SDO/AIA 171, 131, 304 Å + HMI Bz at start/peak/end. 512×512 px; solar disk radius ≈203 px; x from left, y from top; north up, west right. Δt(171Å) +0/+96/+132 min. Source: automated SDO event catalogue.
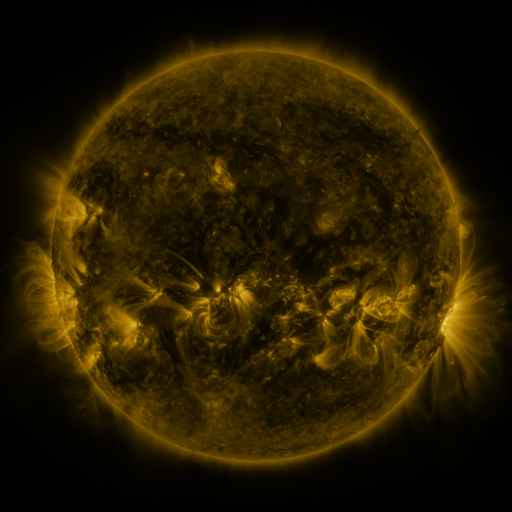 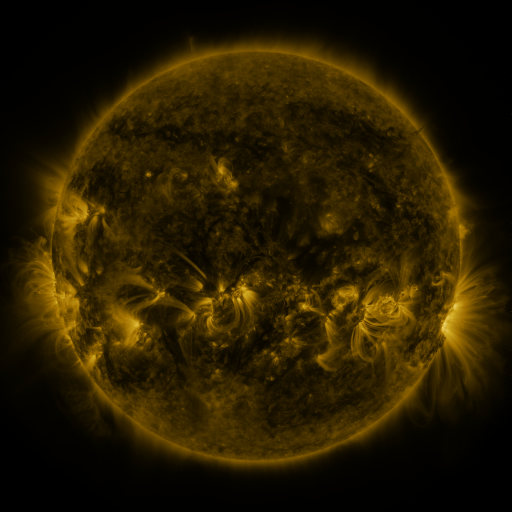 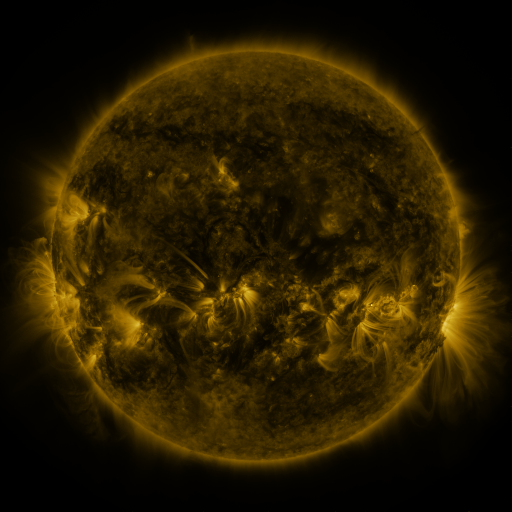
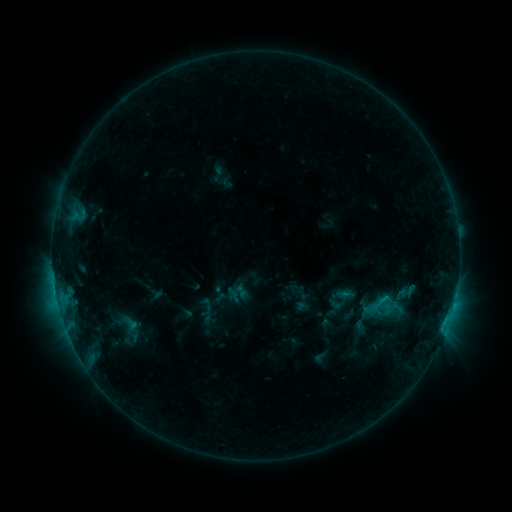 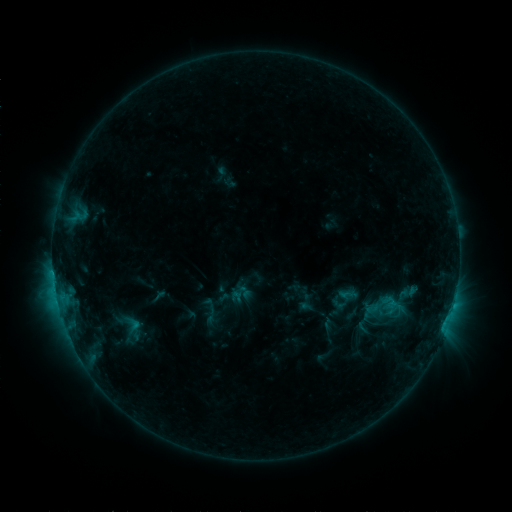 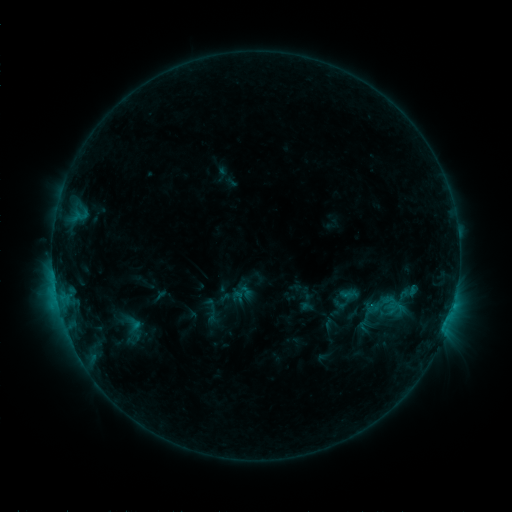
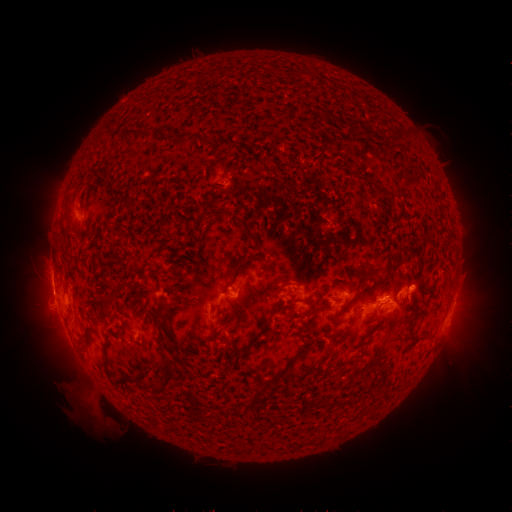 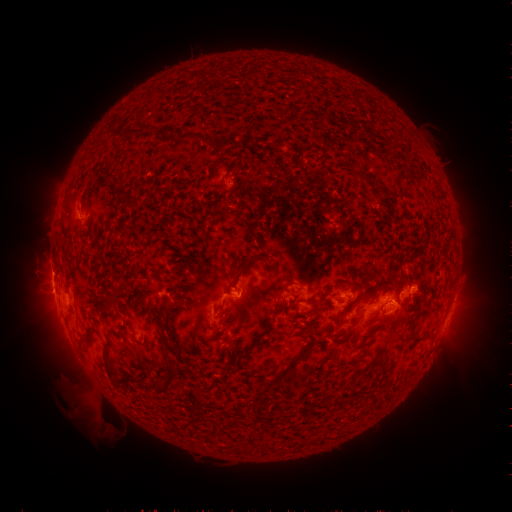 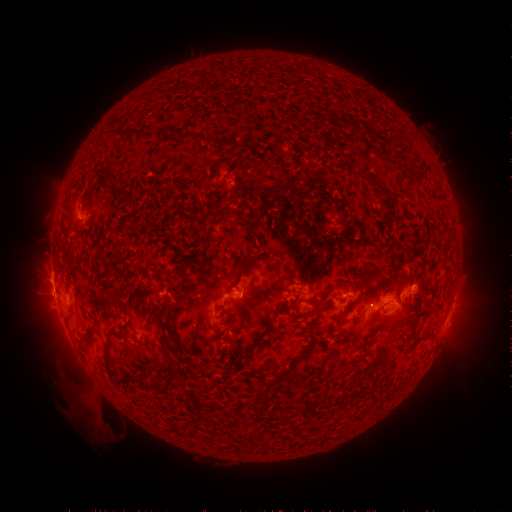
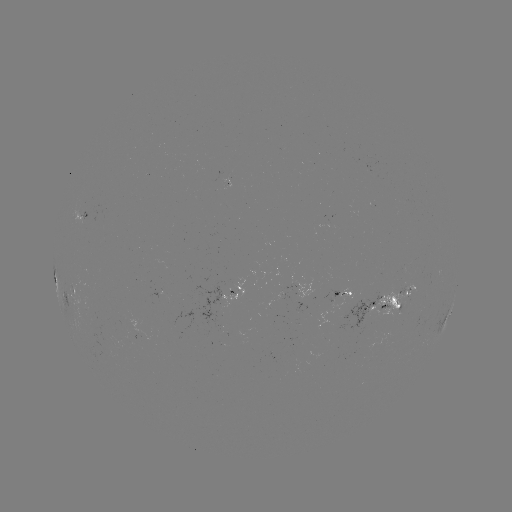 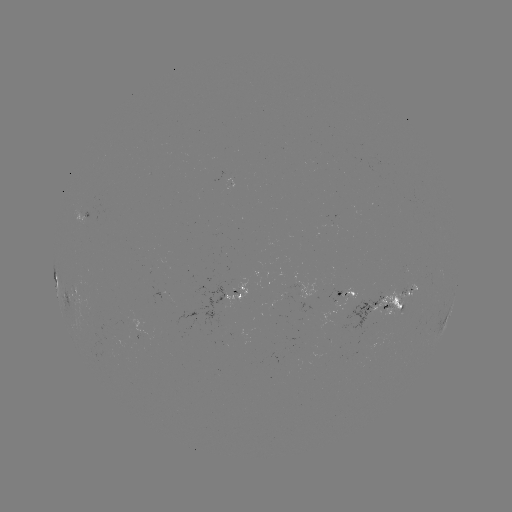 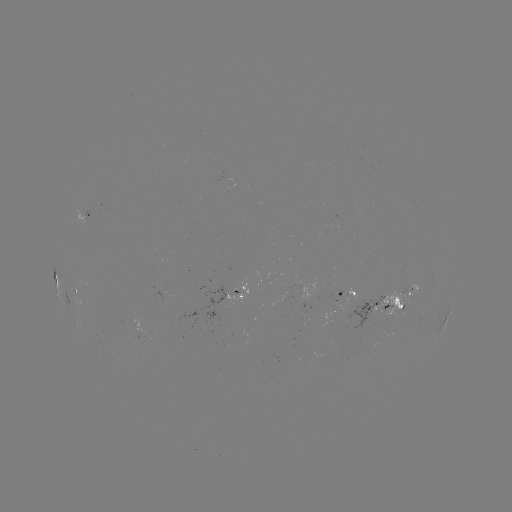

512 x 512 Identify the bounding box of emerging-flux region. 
[339, 294, 380, 350].